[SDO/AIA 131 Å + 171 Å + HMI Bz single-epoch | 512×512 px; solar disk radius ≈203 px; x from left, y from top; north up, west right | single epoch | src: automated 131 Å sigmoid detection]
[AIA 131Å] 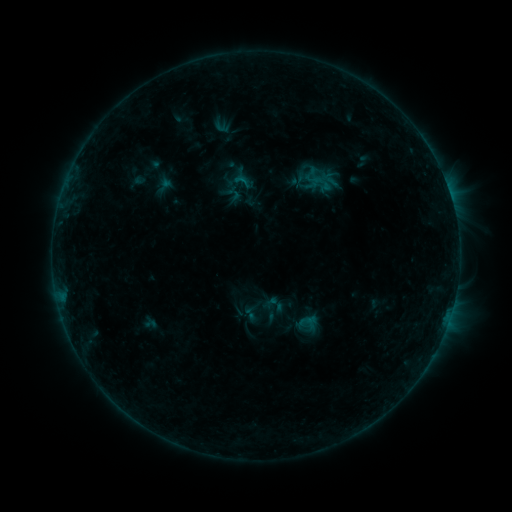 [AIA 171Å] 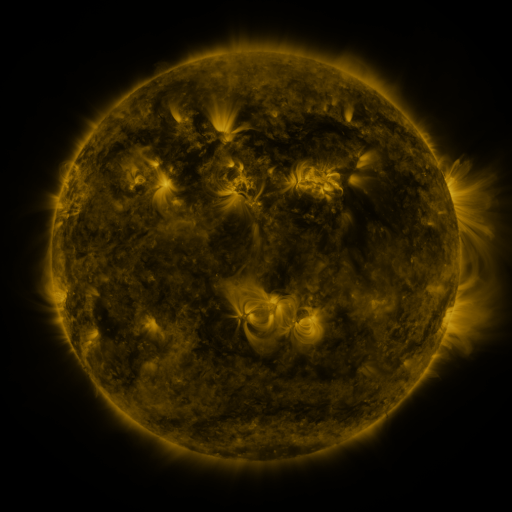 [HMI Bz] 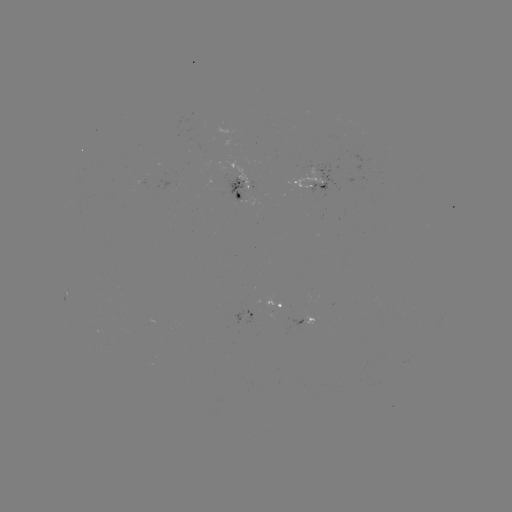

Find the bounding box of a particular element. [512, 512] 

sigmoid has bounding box [233, 172, 251, 190].